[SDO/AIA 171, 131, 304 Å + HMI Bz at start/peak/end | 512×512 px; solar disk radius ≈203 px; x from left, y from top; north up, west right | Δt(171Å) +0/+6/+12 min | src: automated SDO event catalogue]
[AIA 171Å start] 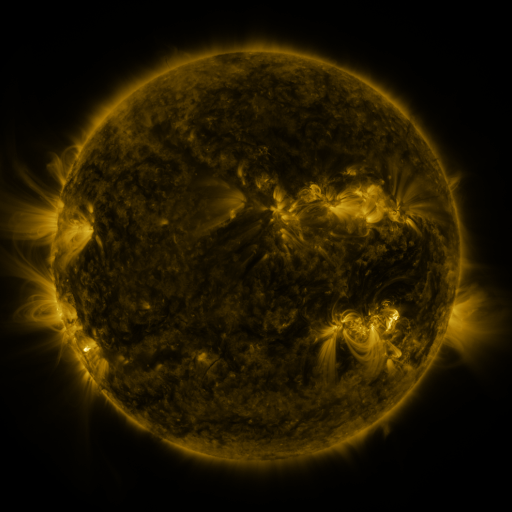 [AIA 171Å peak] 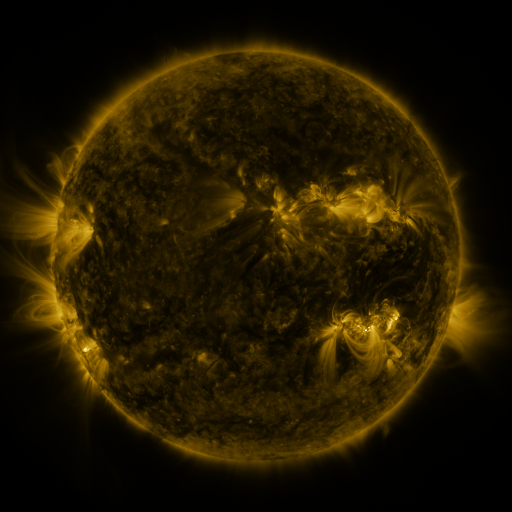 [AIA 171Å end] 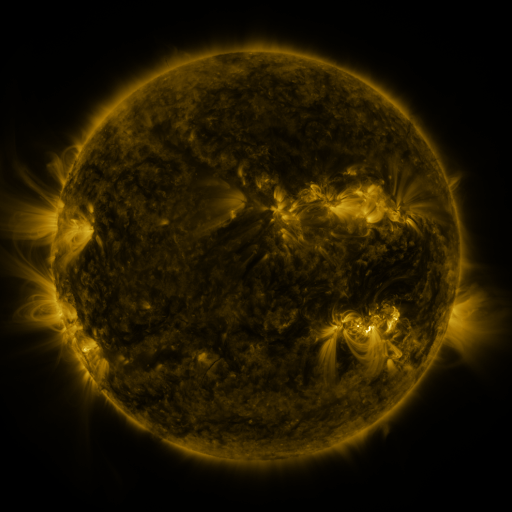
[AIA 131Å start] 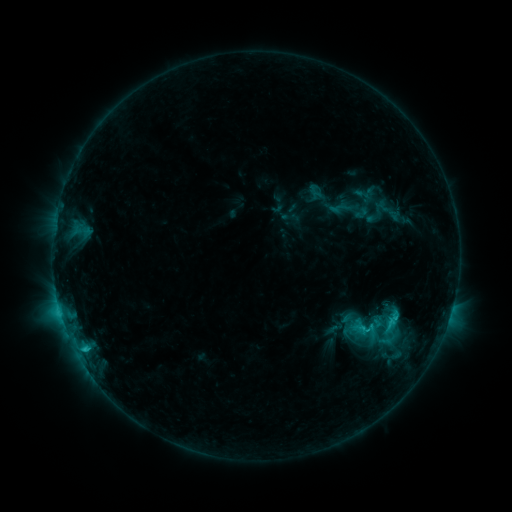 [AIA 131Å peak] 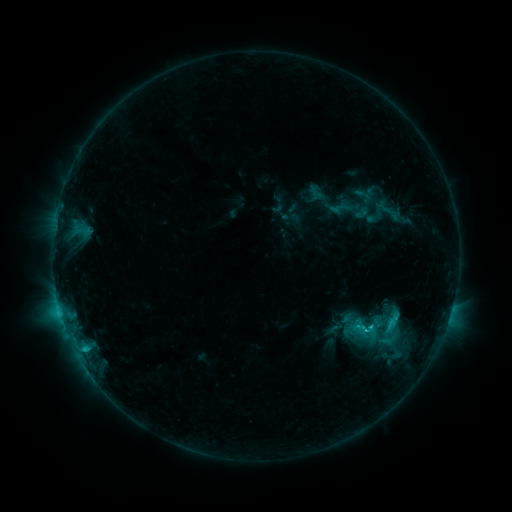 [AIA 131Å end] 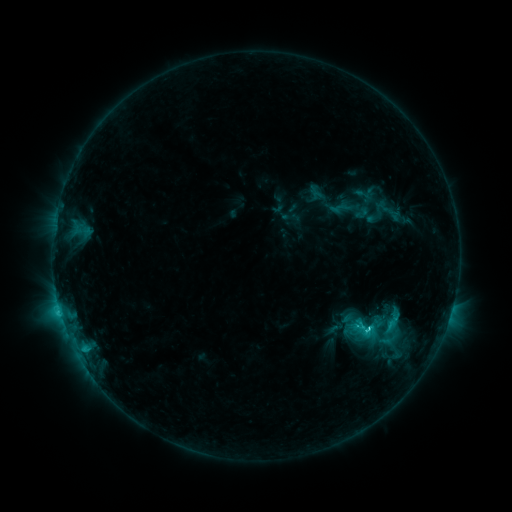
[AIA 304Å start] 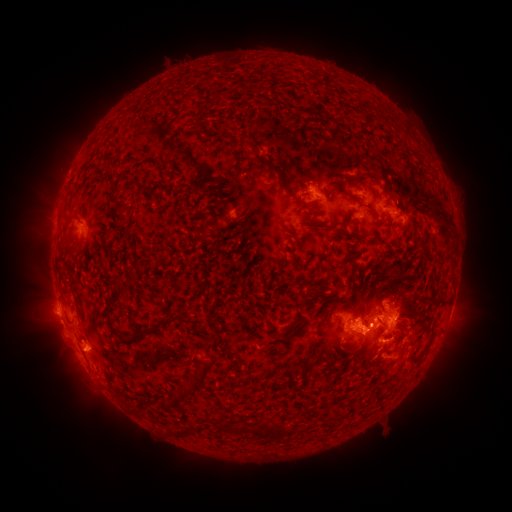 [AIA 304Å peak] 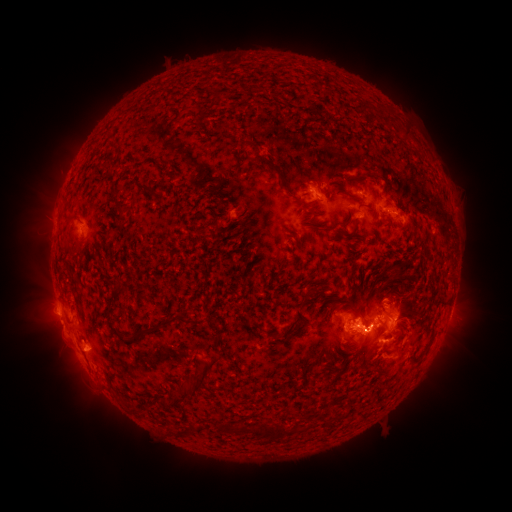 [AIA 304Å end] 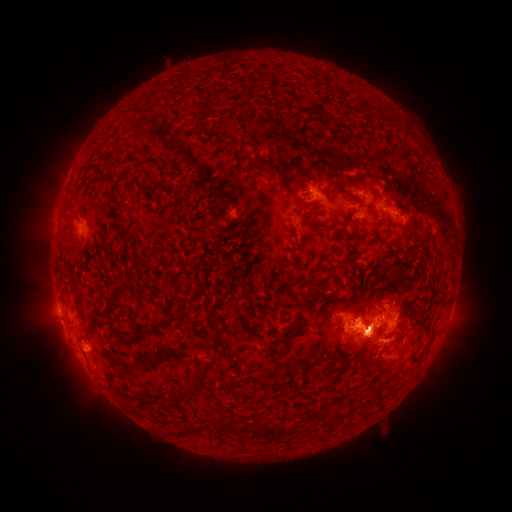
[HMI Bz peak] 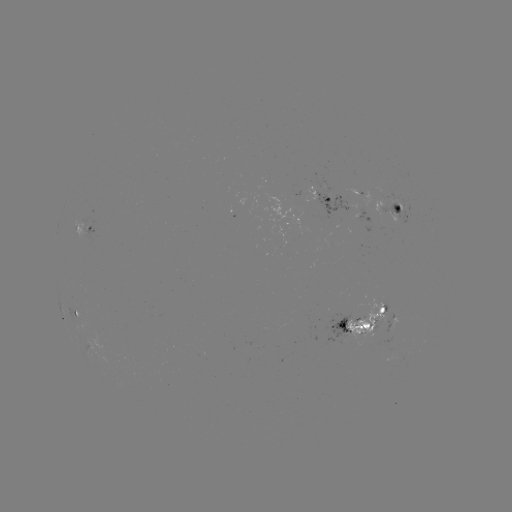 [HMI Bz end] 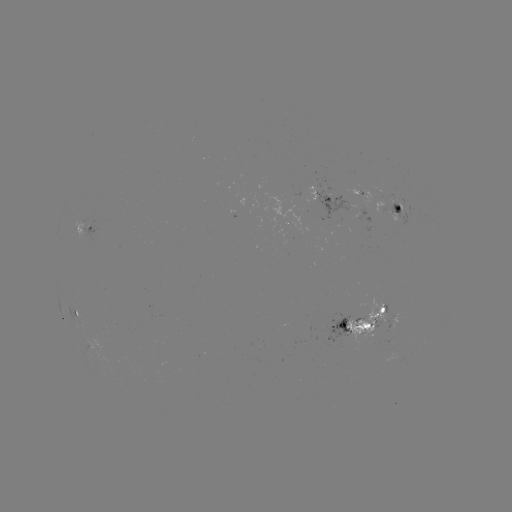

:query C4.0 flare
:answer [370, 324]